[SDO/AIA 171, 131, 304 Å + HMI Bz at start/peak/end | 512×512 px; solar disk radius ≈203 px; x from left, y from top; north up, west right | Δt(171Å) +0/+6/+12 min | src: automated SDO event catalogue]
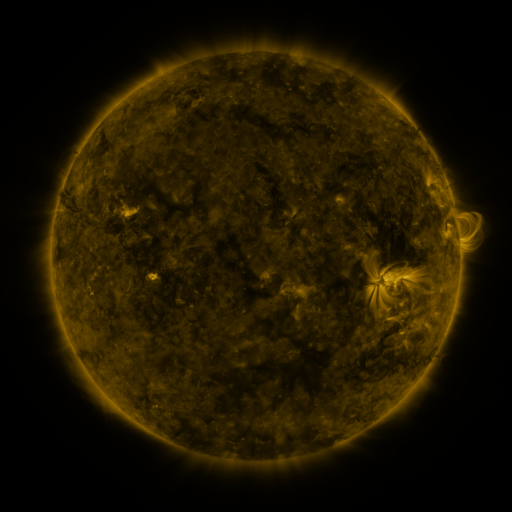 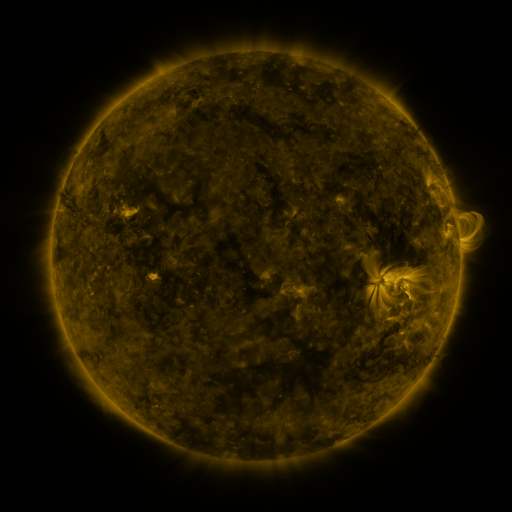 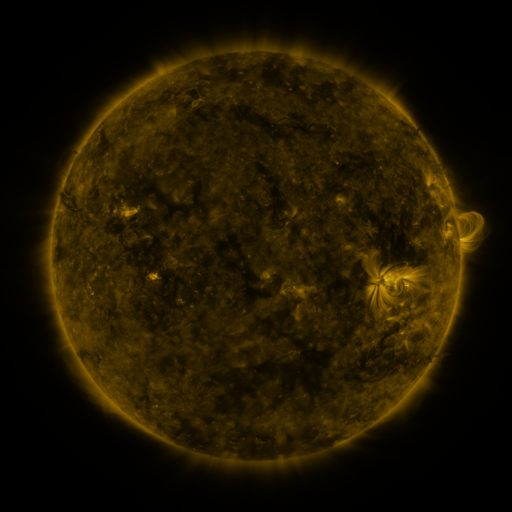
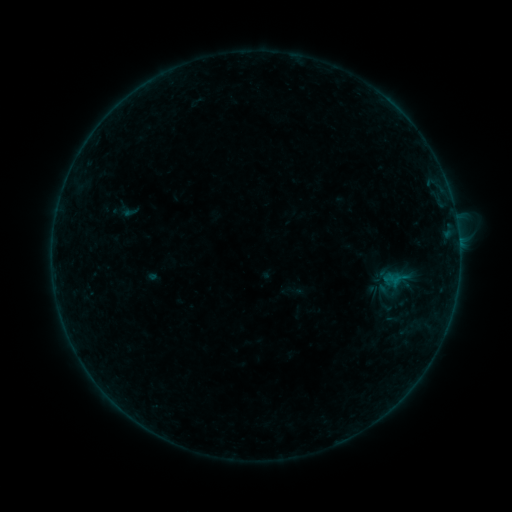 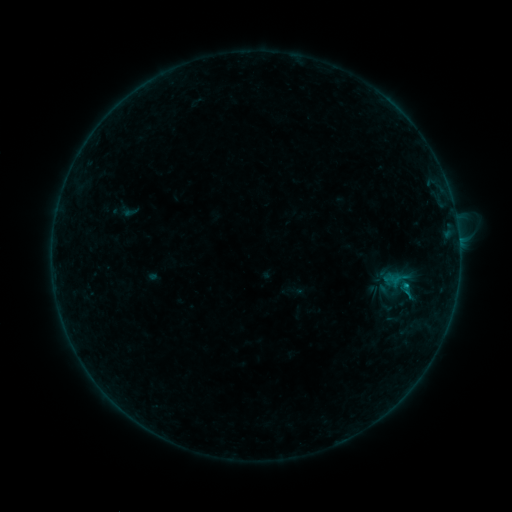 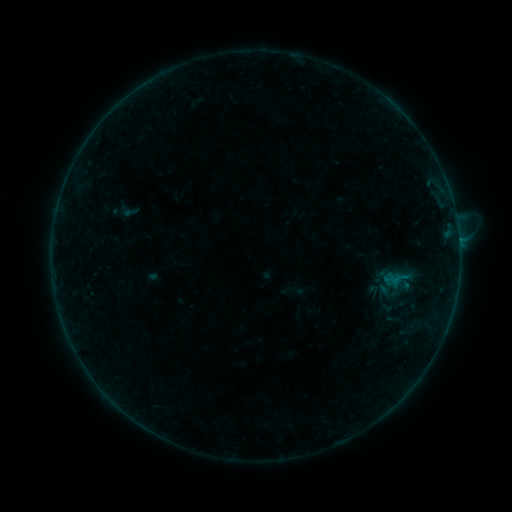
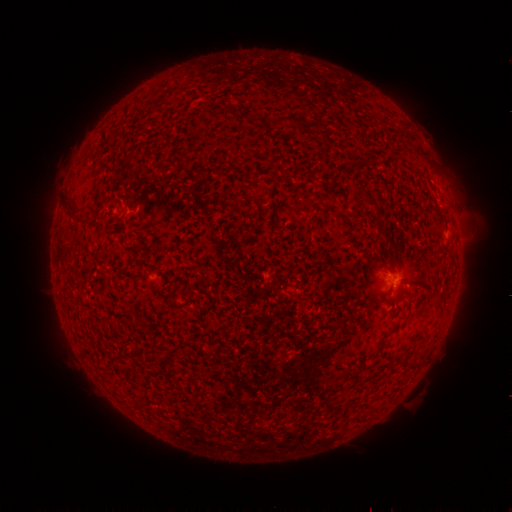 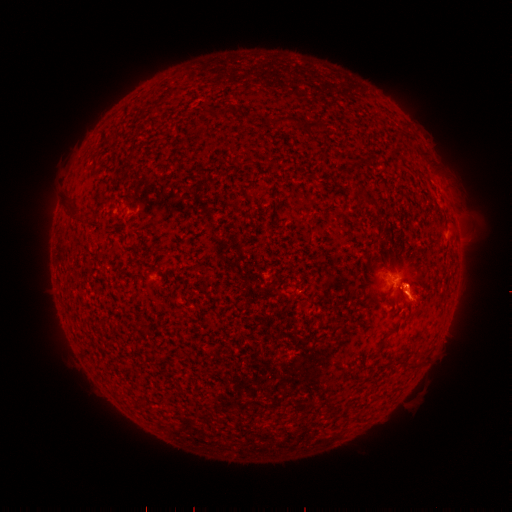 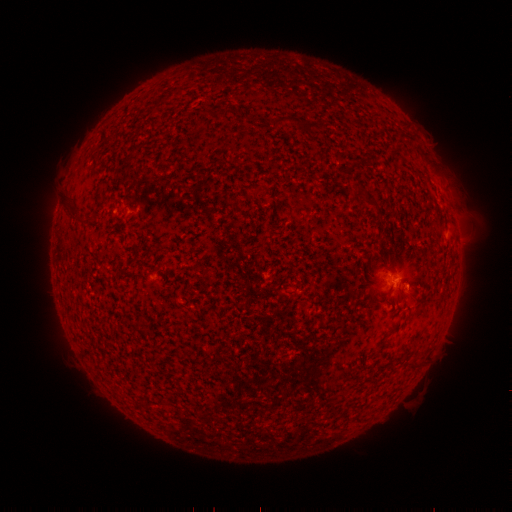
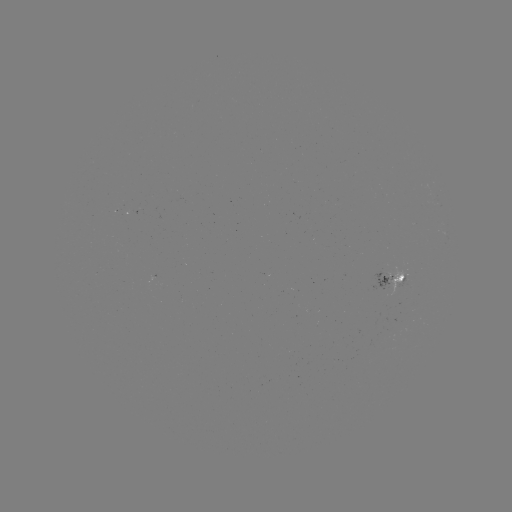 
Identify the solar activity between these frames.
eruption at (405, 285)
